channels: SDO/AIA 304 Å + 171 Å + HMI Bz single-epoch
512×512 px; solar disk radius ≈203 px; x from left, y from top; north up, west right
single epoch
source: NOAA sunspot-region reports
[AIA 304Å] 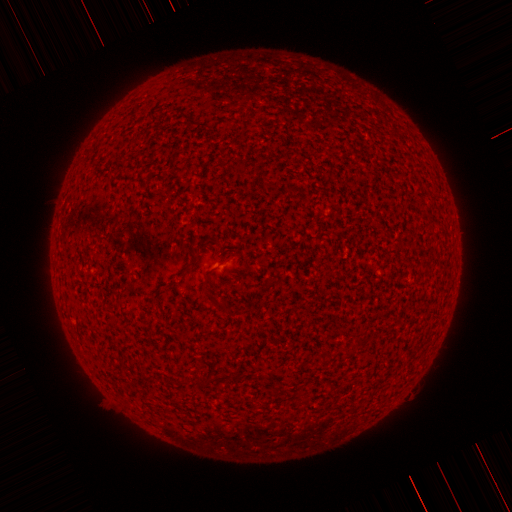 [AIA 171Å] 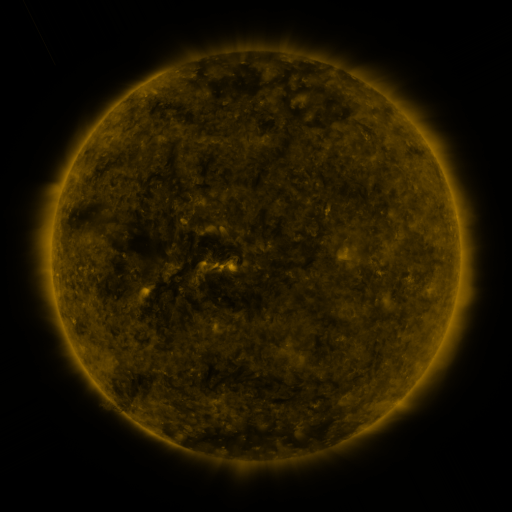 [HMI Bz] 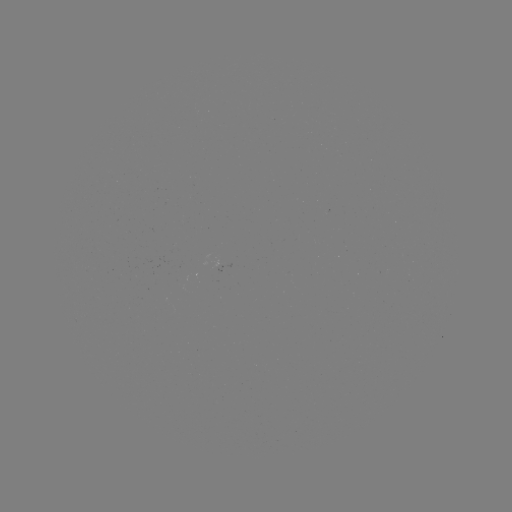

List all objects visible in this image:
(none)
